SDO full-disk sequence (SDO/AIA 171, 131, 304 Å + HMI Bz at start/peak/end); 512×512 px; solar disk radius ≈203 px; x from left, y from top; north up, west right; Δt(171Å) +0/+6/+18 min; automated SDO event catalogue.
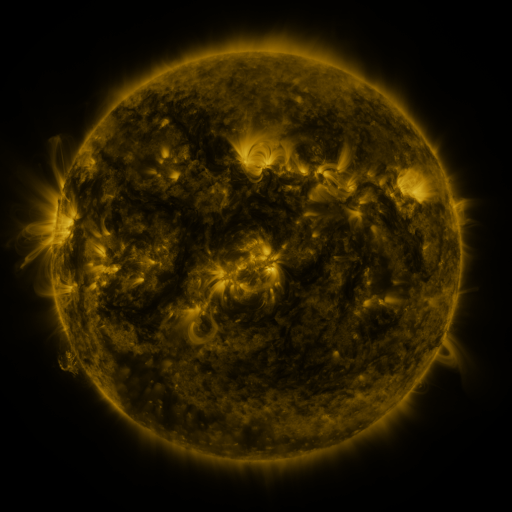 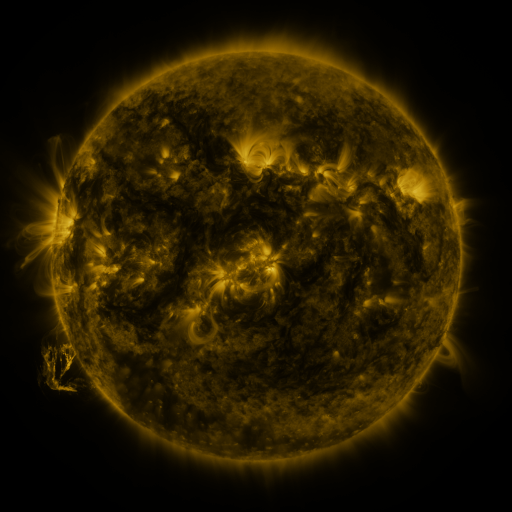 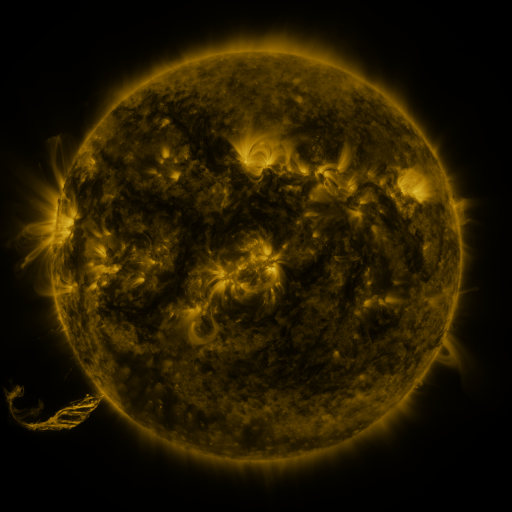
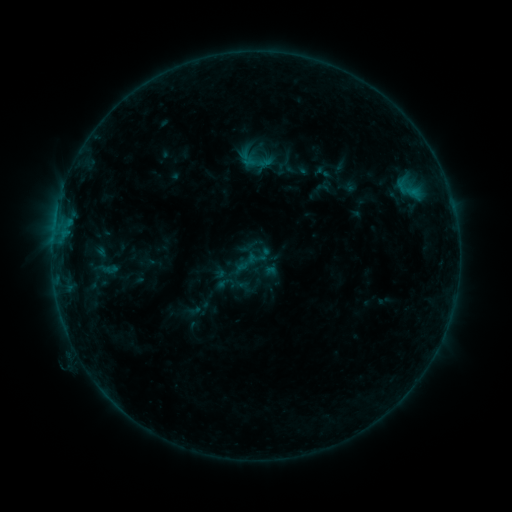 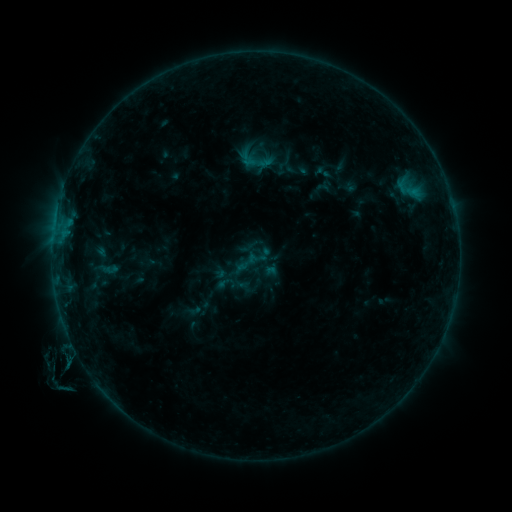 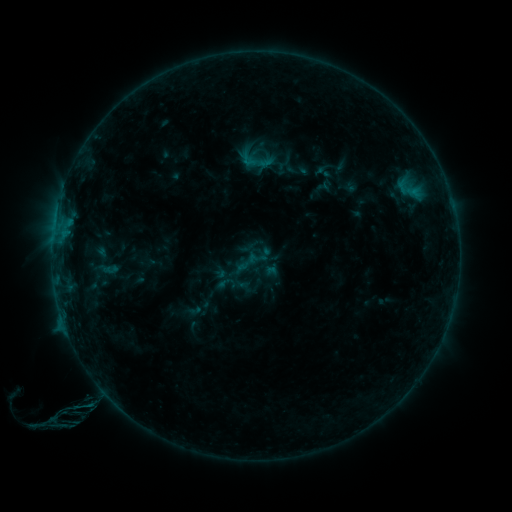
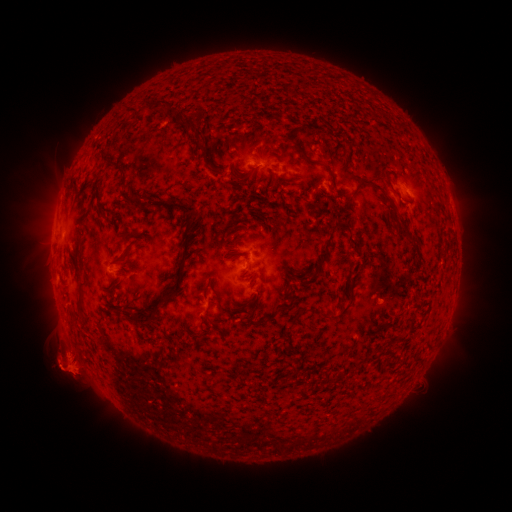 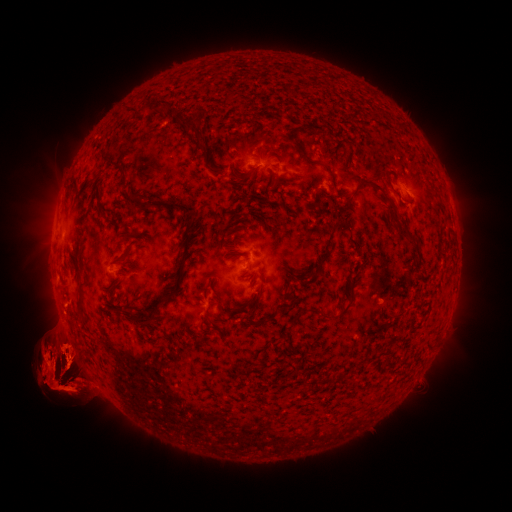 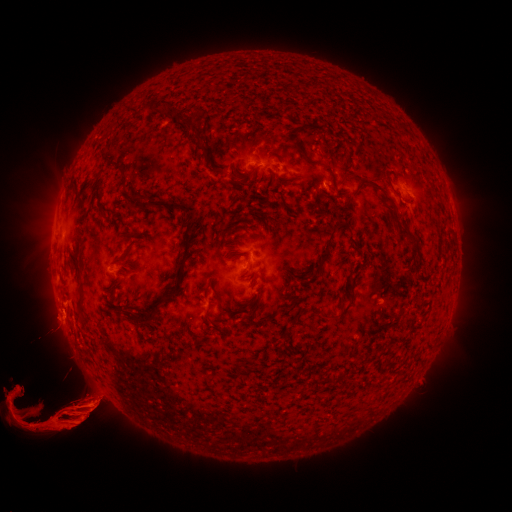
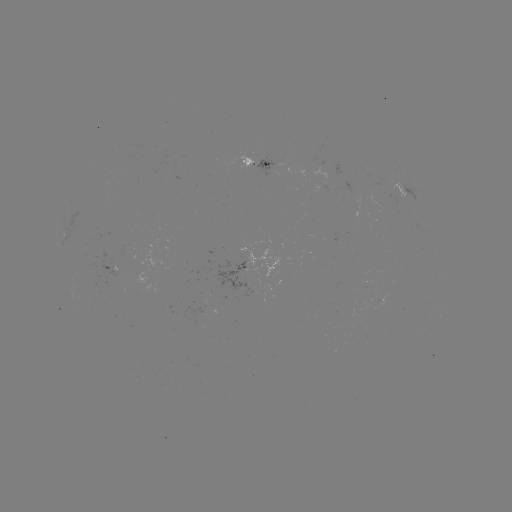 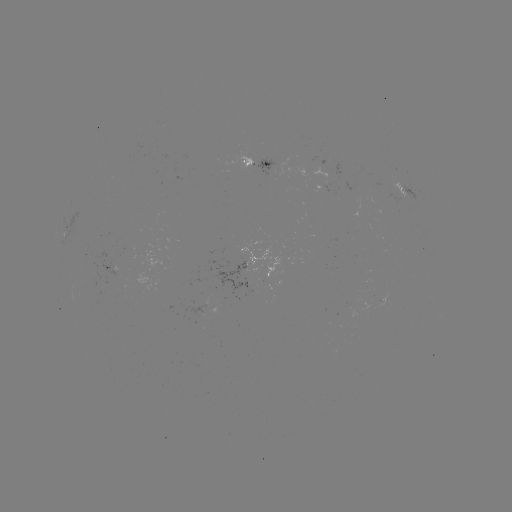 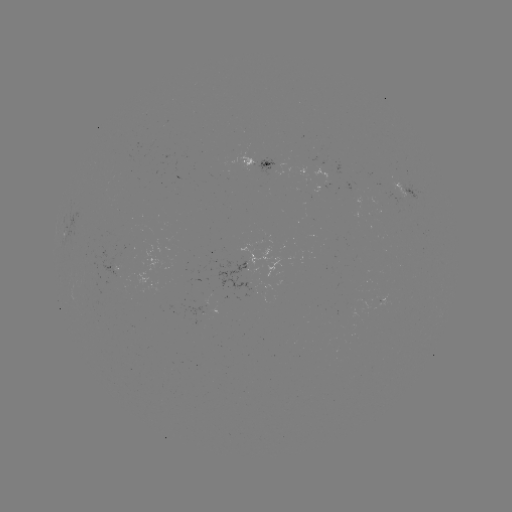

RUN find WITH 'eruption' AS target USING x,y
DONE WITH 69,471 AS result